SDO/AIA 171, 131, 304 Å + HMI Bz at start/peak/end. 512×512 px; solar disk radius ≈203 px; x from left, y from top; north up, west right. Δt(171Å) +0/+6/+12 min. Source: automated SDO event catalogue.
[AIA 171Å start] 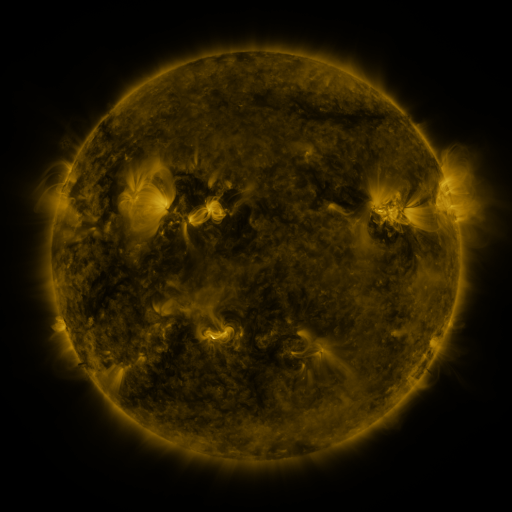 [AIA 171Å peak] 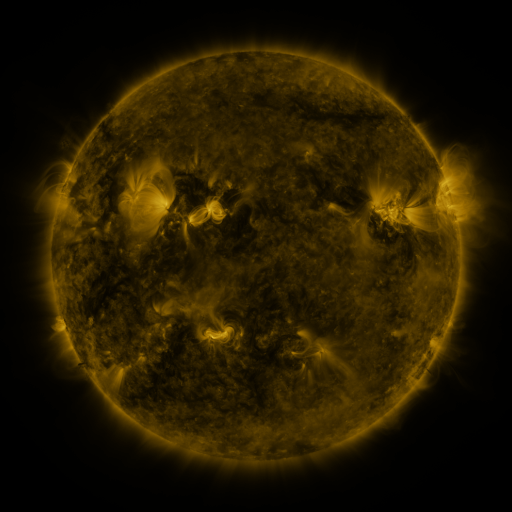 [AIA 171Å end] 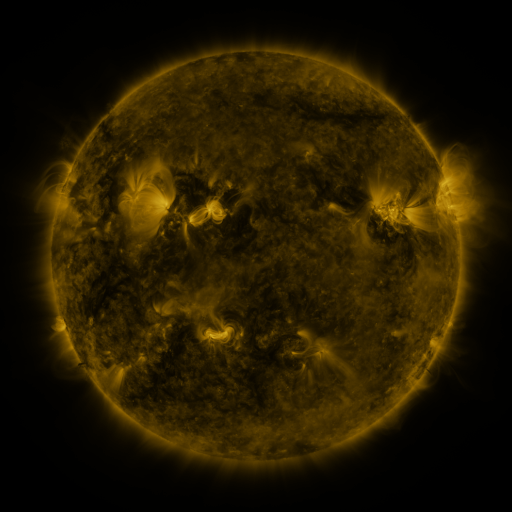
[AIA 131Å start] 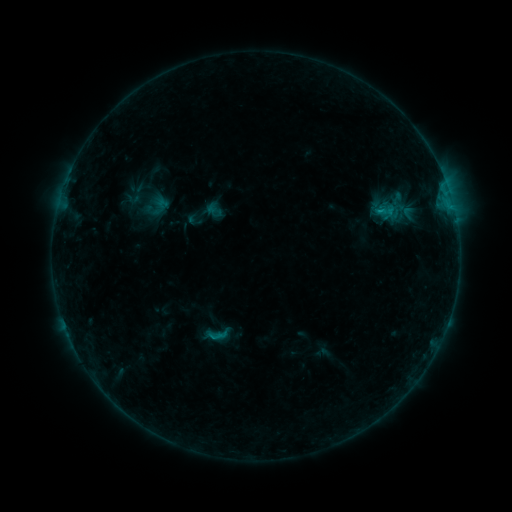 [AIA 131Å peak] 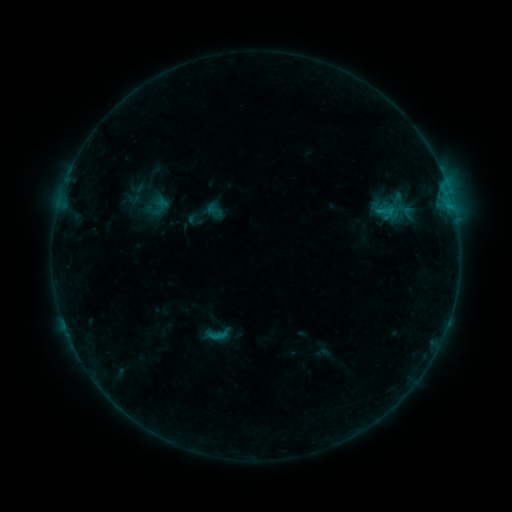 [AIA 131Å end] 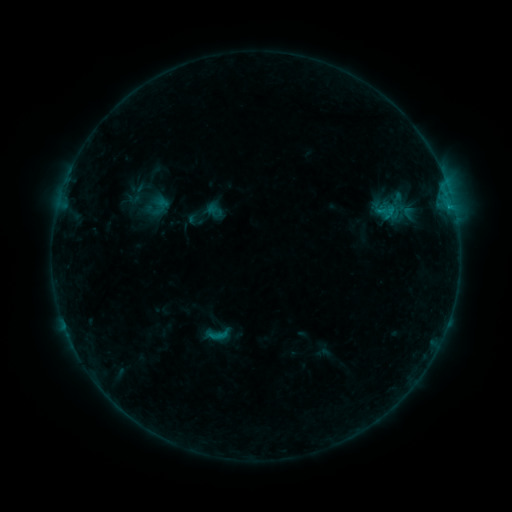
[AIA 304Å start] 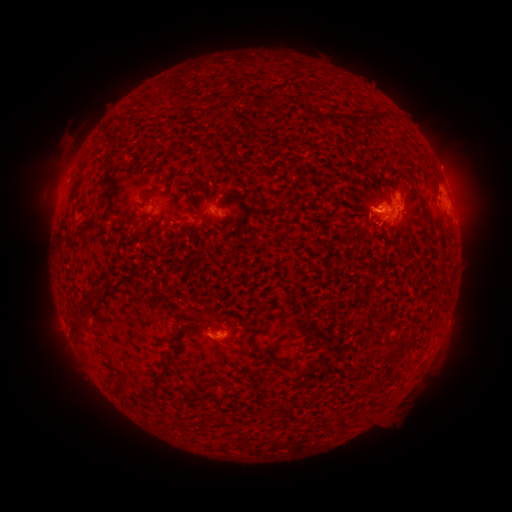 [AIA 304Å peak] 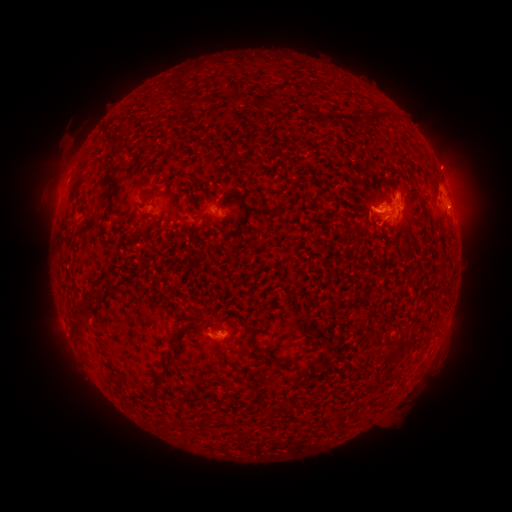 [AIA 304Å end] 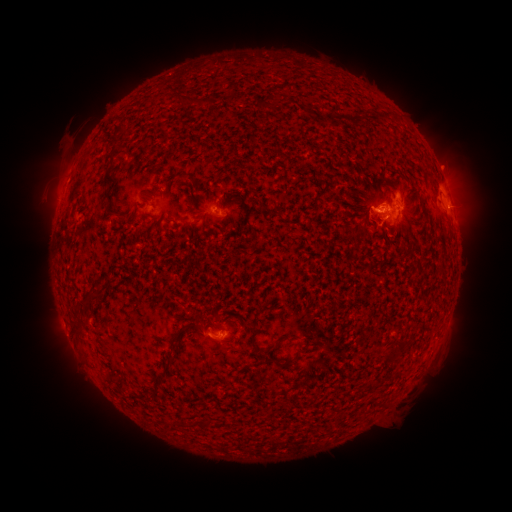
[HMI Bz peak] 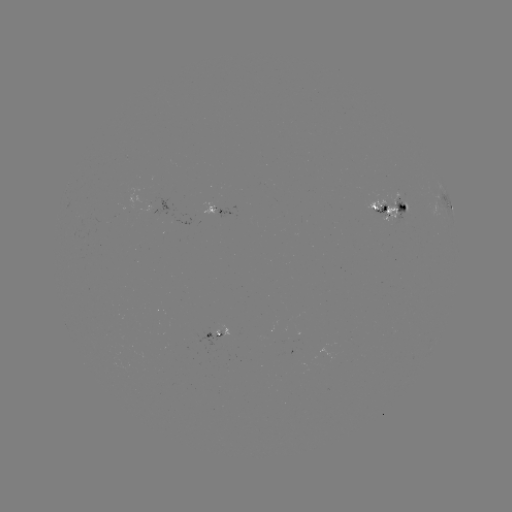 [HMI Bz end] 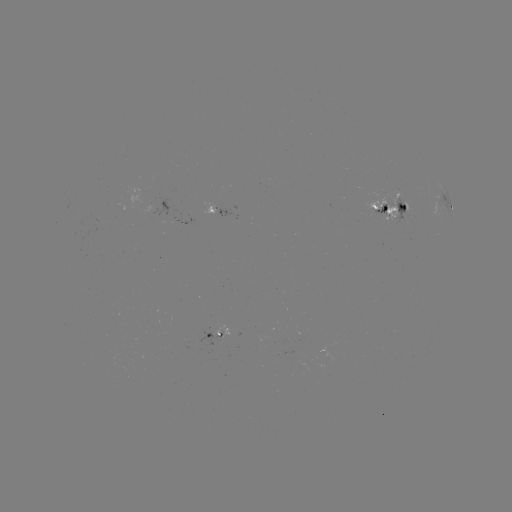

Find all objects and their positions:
eruption: (467, 201)
